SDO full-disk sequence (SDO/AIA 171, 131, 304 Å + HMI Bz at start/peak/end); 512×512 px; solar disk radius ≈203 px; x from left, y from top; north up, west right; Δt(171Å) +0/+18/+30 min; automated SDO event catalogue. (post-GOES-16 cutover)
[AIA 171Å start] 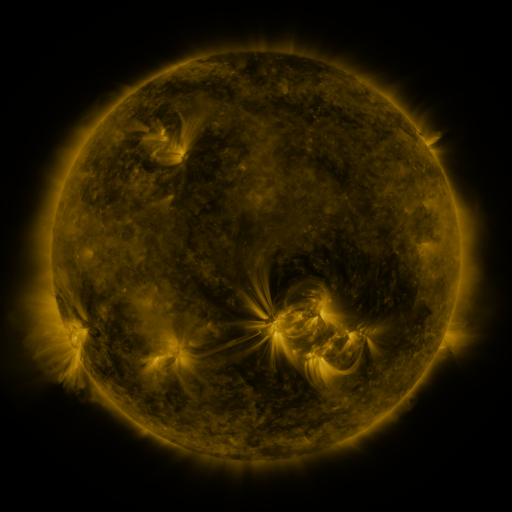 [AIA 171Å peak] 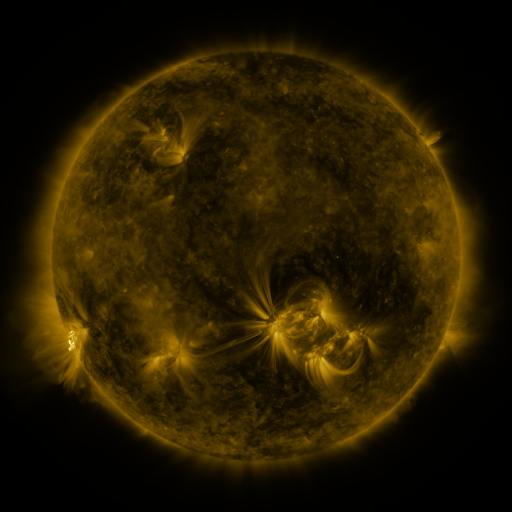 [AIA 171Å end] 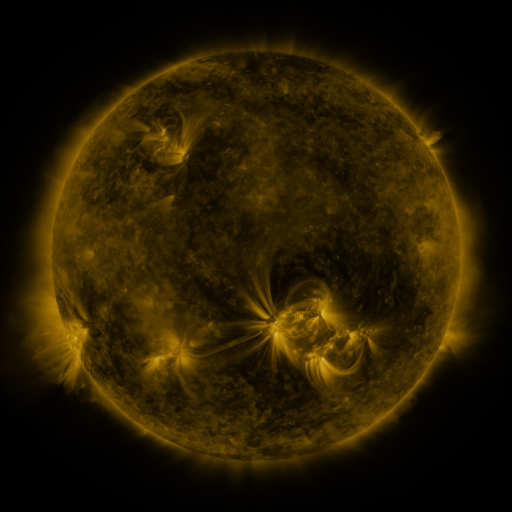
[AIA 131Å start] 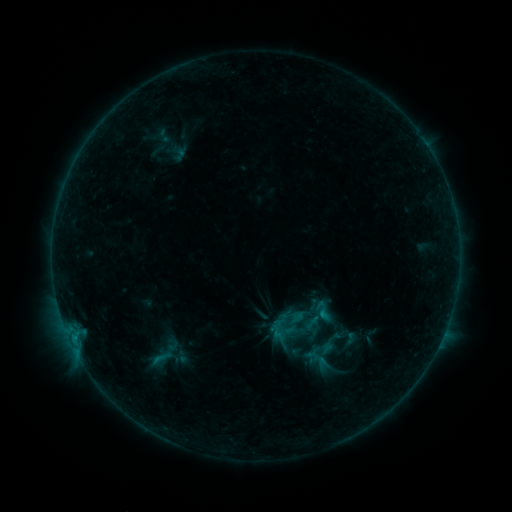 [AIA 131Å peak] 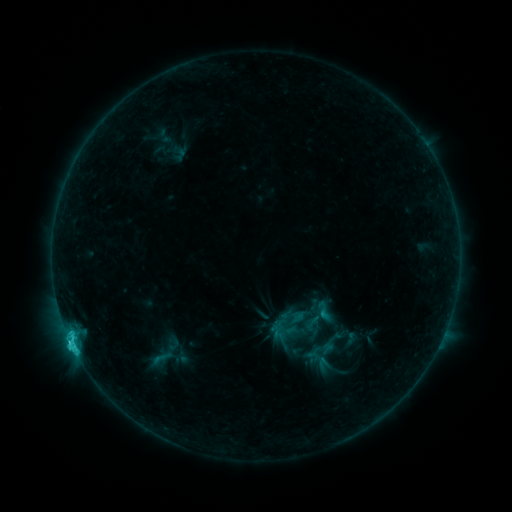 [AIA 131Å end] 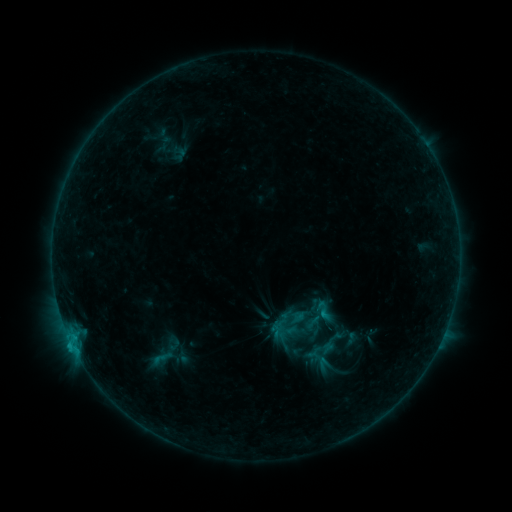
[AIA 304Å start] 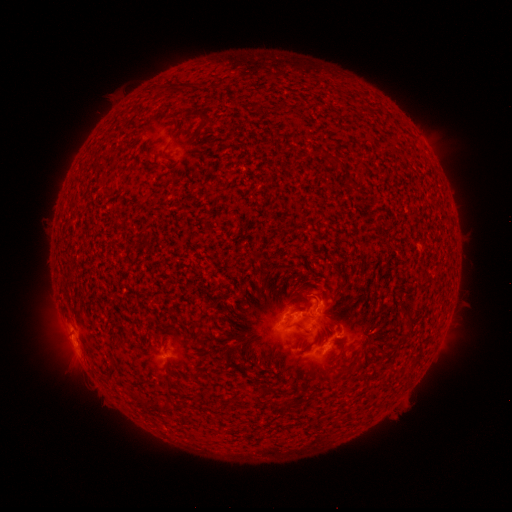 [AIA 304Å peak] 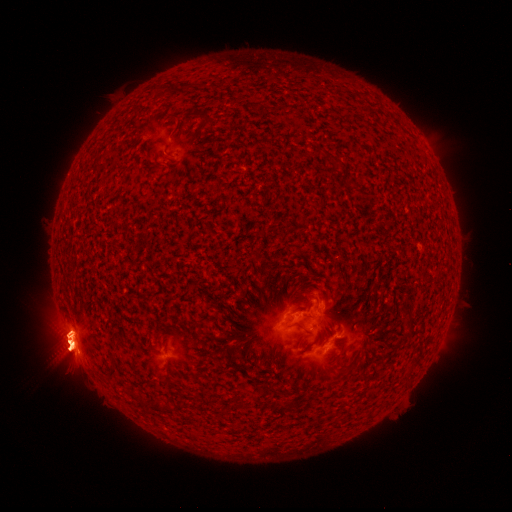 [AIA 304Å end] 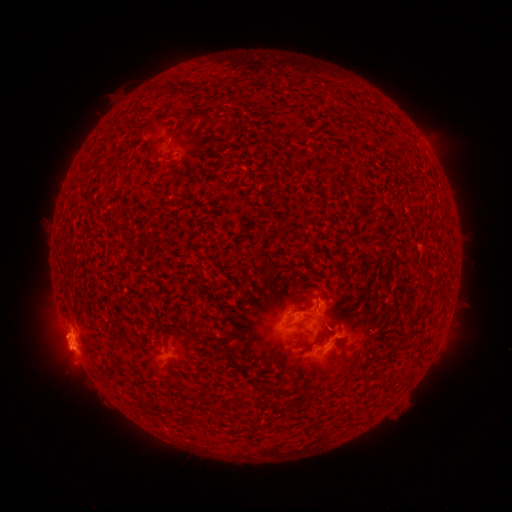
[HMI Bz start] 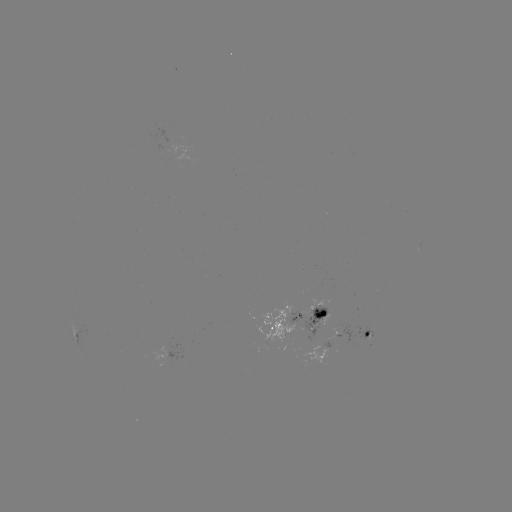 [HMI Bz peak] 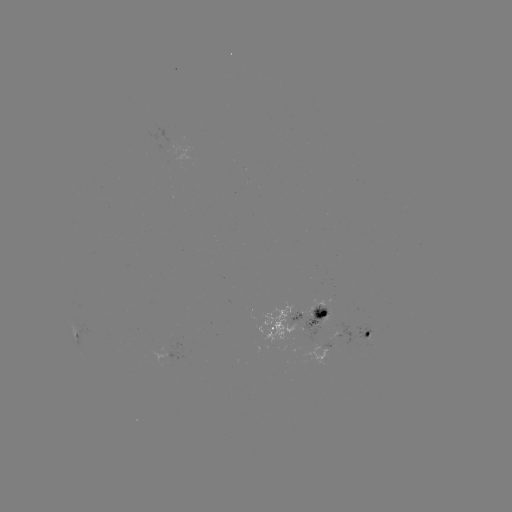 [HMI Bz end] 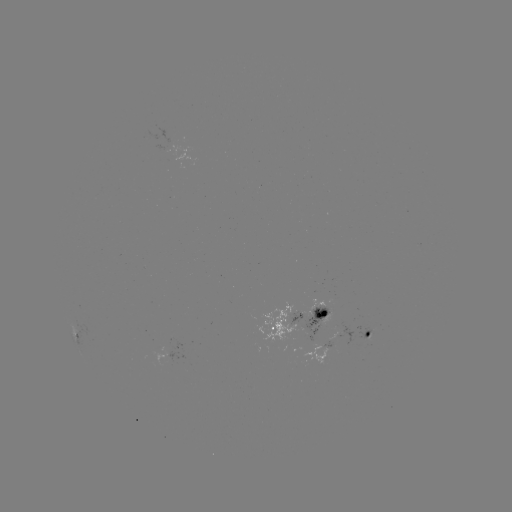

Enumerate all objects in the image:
C3.8 flare: (75, 348)
